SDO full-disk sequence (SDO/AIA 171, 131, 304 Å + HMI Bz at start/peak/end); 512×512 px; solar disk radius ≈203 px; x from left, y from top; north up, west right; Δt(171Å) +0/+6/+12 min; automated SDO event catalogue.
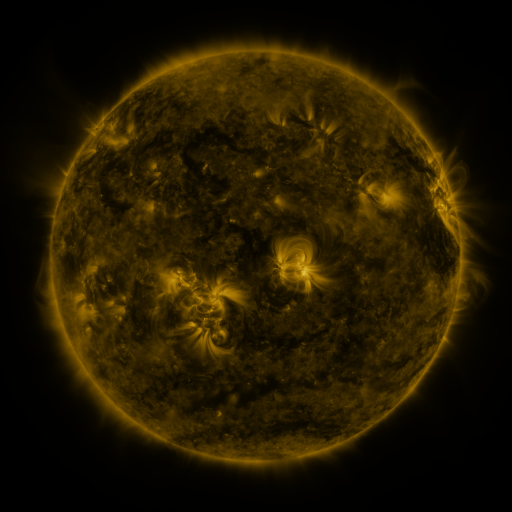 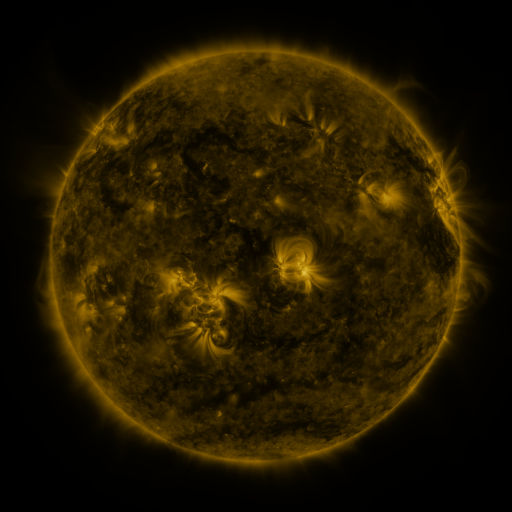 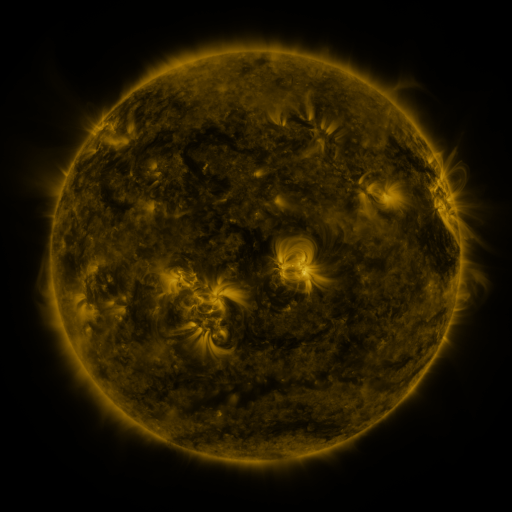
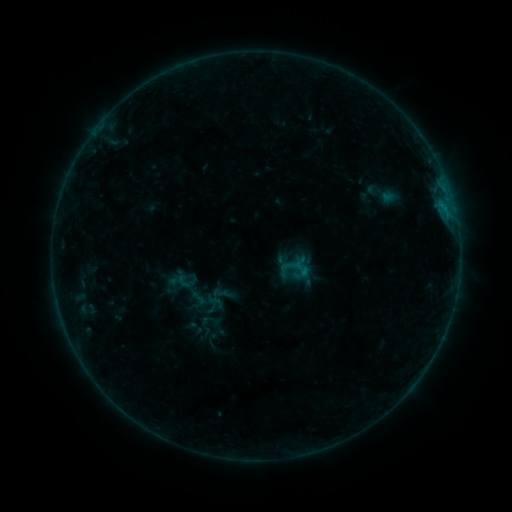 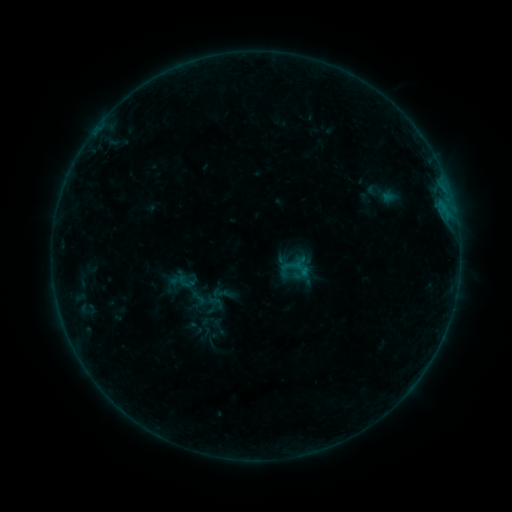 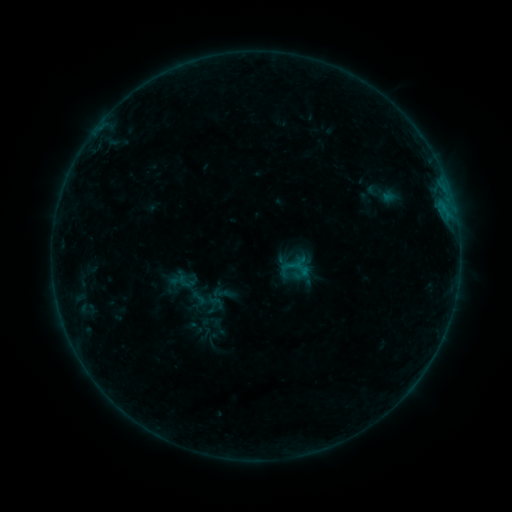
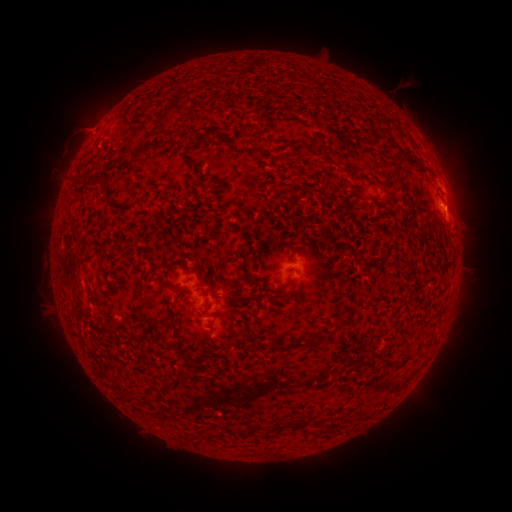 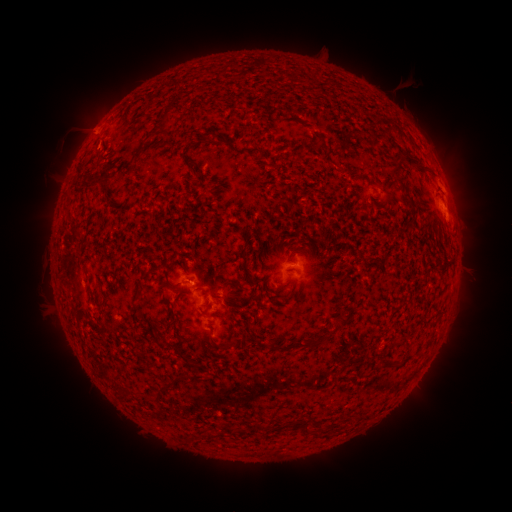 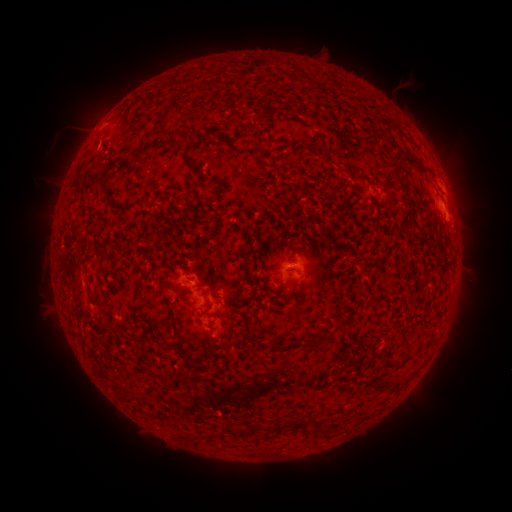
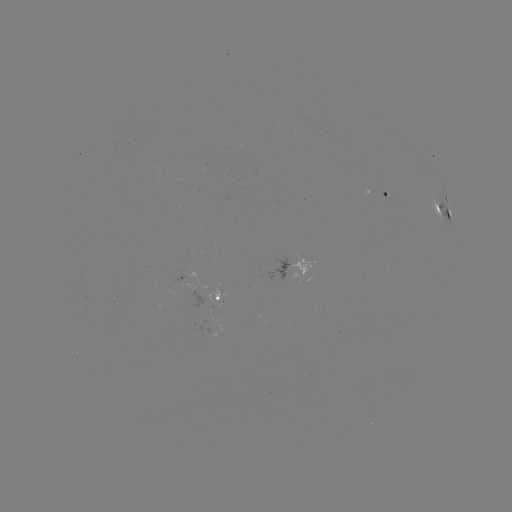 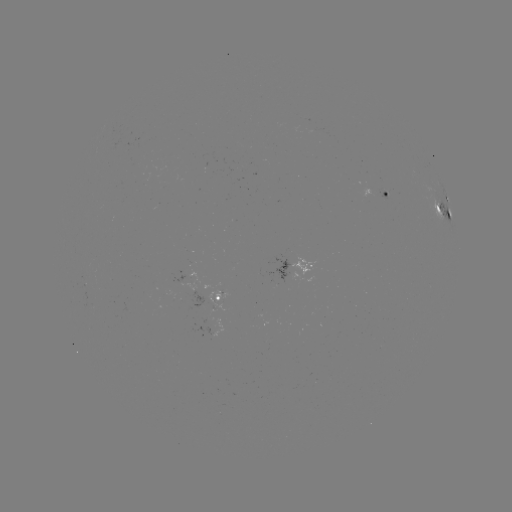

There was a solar eruption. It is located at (93, 125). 